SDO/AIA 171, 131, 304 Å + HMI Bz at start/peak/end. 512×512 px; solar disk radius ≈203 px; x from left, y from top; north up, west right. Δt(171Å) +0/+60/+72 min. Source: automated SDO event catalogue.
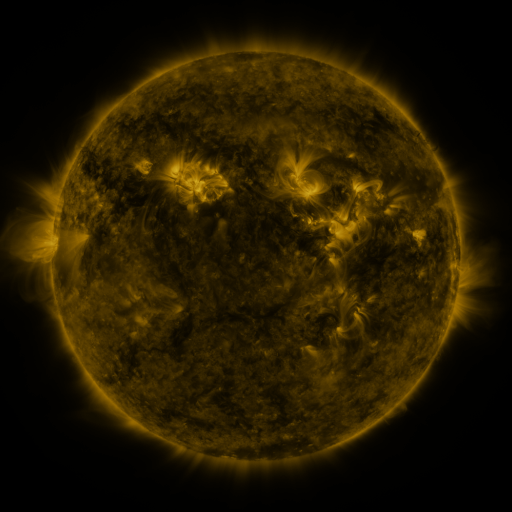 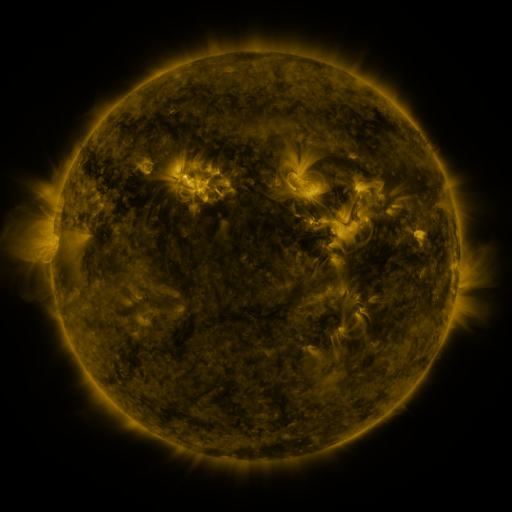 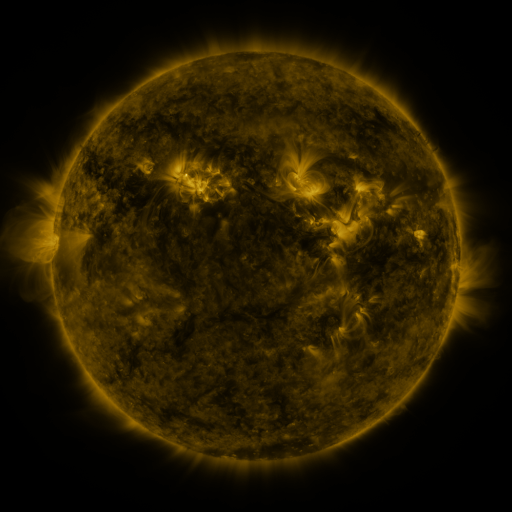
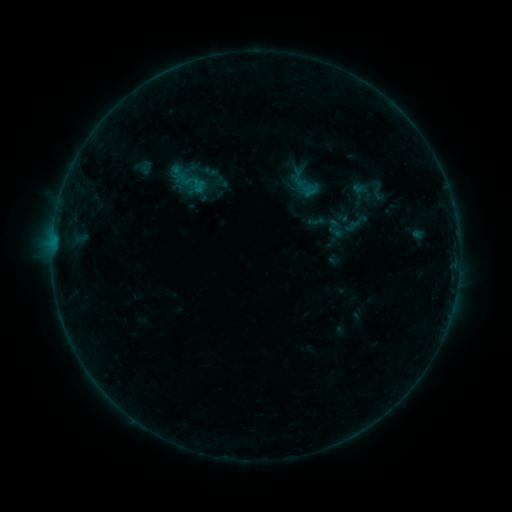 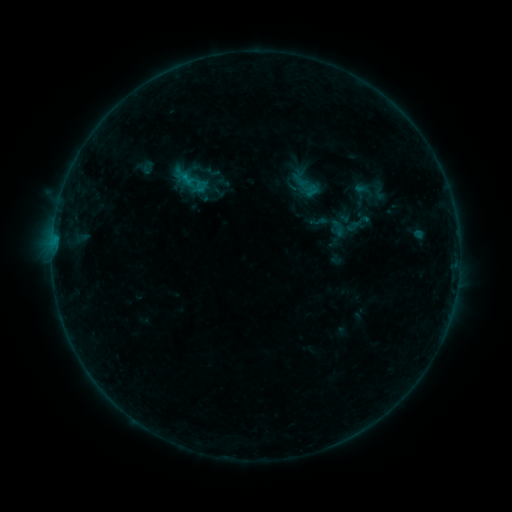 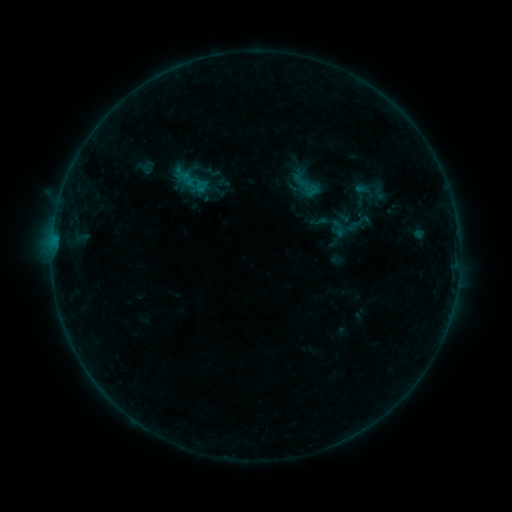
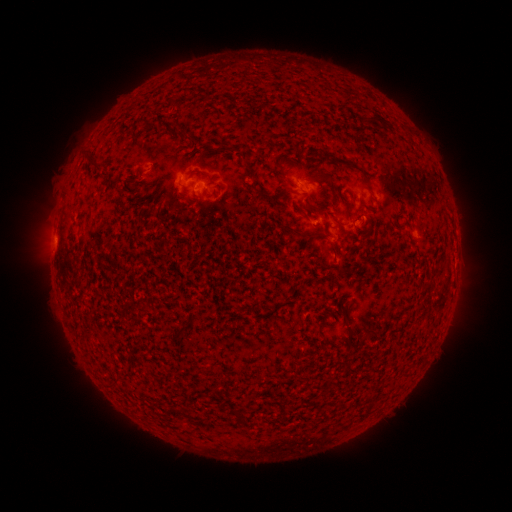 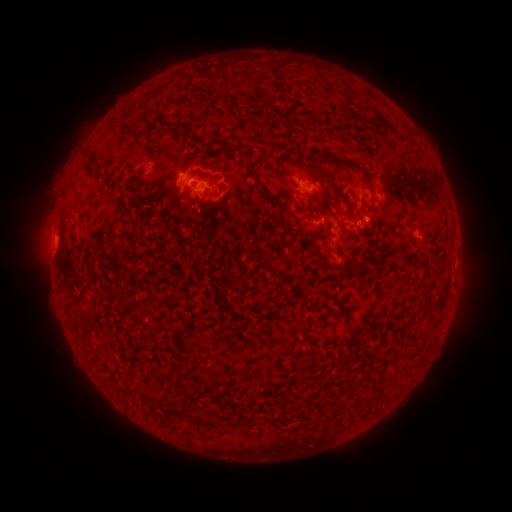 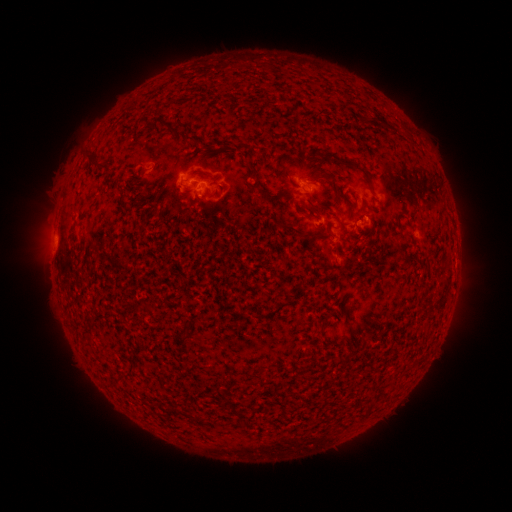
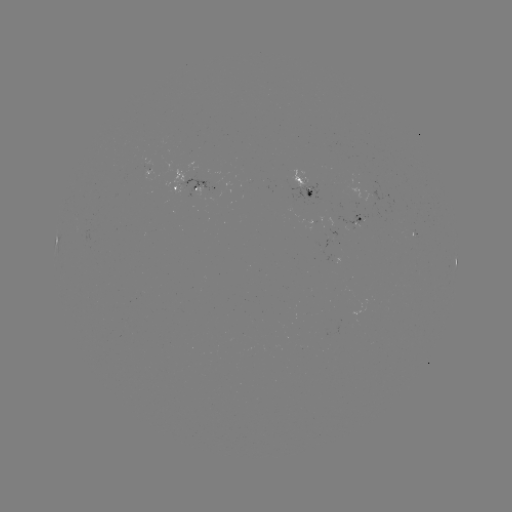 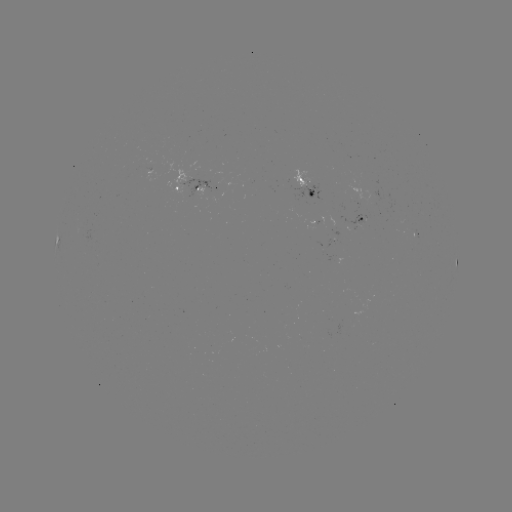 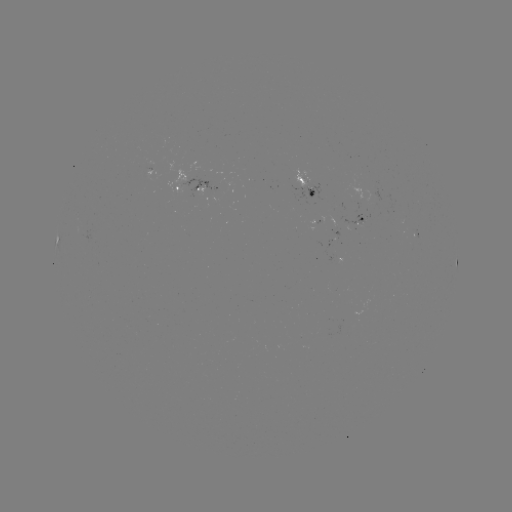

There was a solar emerging-flux region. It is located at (205, 176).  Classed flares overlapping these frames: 1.